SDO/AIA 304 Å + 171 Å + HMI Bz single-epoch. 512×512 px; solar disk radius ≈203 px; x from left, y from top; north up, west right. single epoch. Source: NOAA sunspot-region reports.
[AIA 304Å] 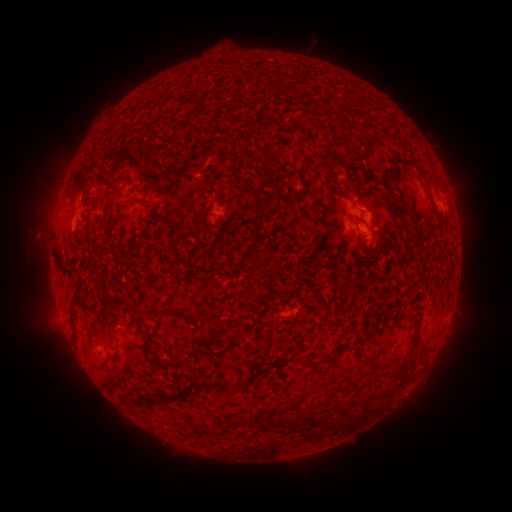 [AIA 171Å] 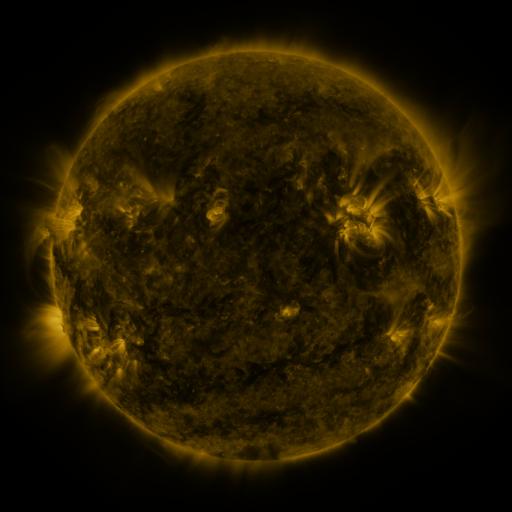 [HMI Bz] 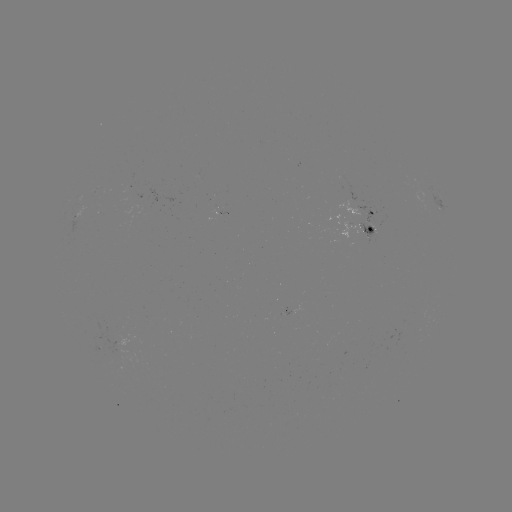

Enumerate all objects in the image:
spotted active region: (438, 200)
spotted active region: (373, 214)
spotted active region: (214, 217)
spotted active region: (74, 220)
spotted active region: (366, 228)
spotted active region: (286, 312)
